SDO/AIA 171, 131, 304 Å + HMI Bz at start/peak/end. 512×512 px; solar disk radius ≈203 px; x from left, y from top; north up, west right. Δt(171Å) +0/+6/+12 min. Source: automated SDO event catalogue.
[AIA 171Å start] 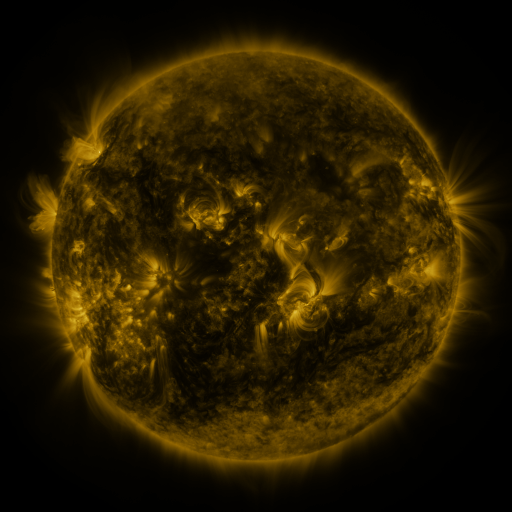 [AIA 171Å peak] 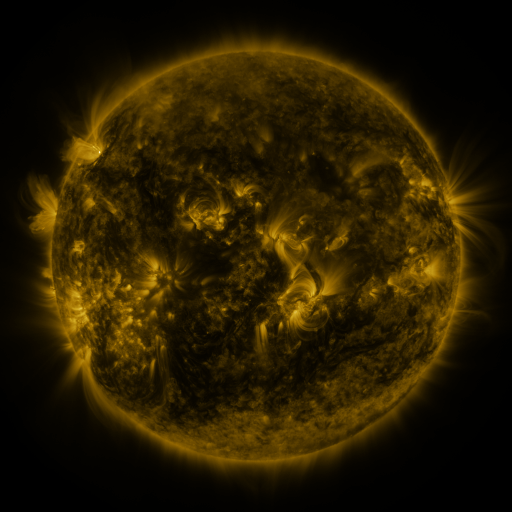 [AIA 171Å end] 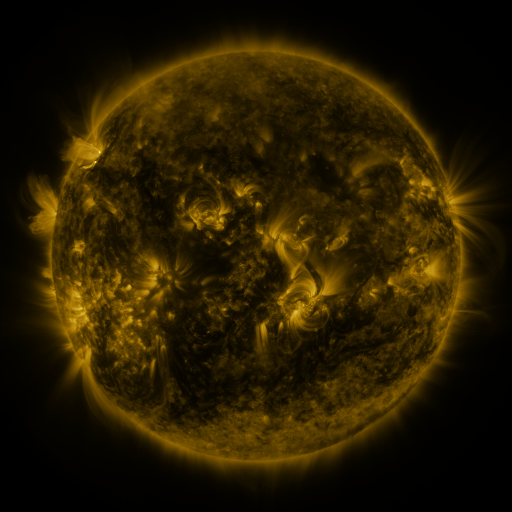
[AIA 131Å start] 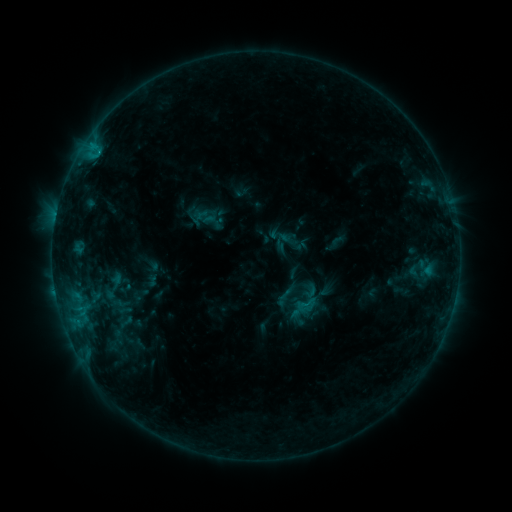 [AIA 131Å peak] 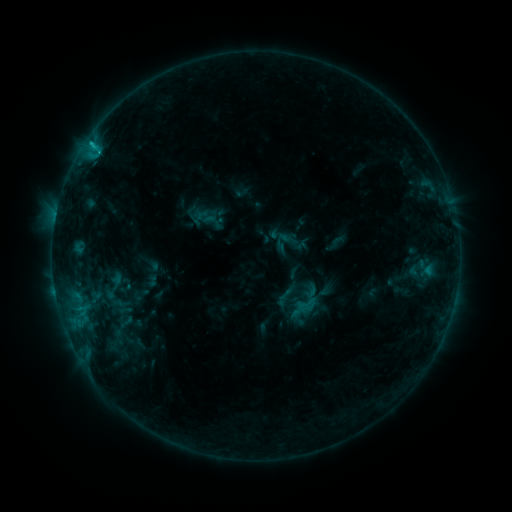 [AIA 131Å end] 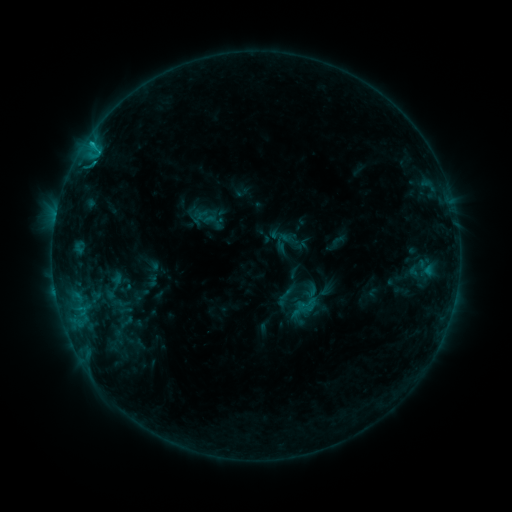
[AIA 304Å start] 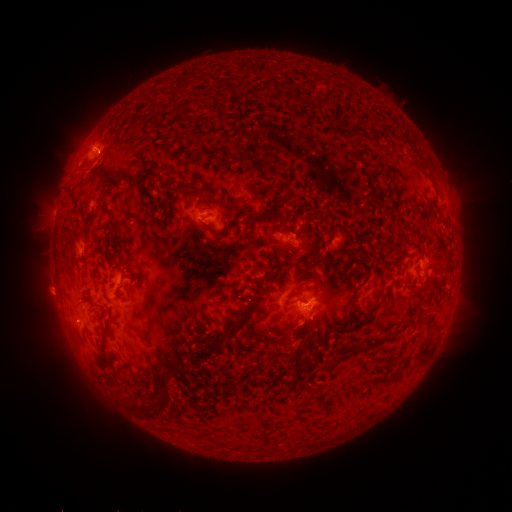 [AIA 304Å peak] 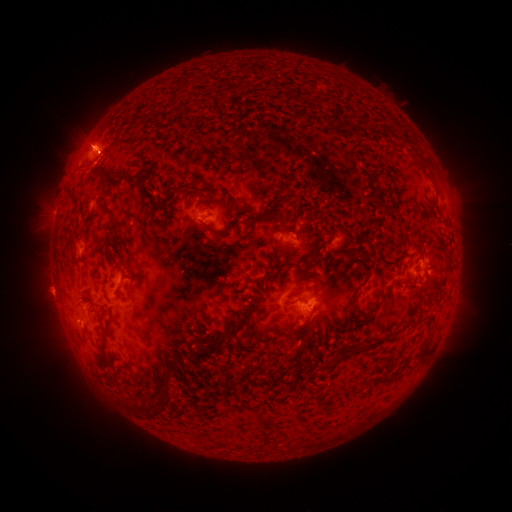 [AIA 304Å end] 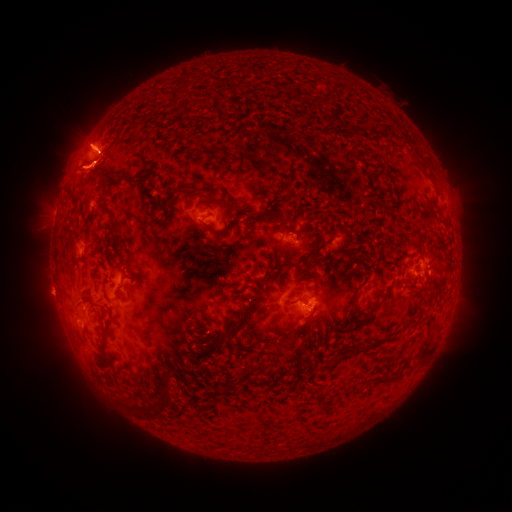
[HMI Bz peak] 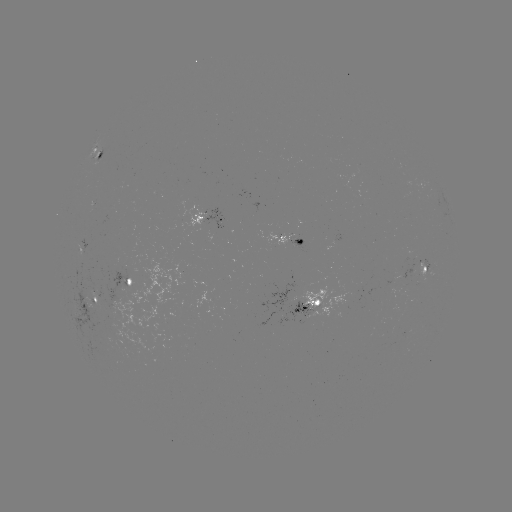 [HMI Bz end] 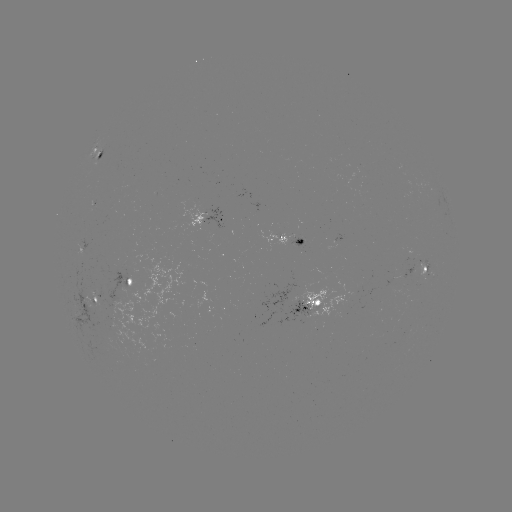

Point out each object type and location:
C2.8 flare: (98, 153)
